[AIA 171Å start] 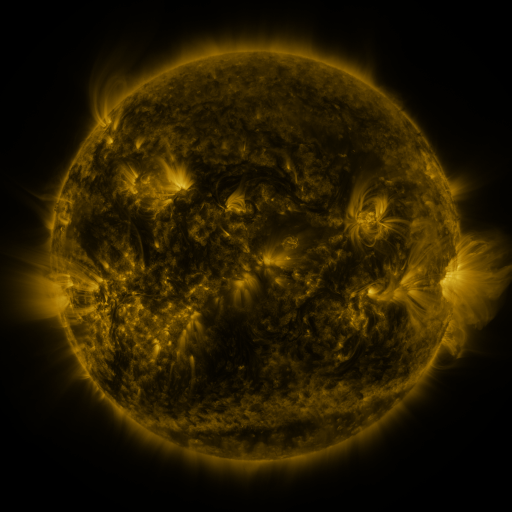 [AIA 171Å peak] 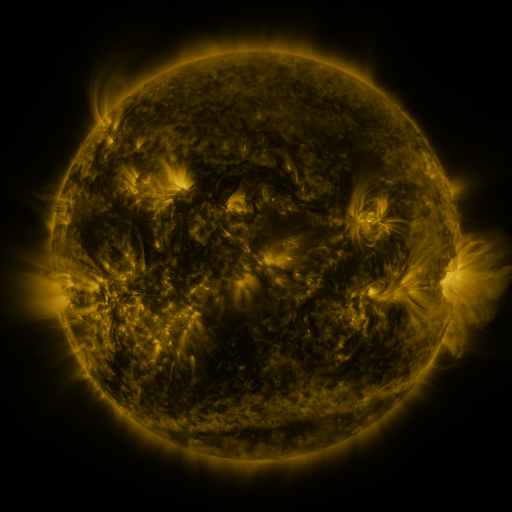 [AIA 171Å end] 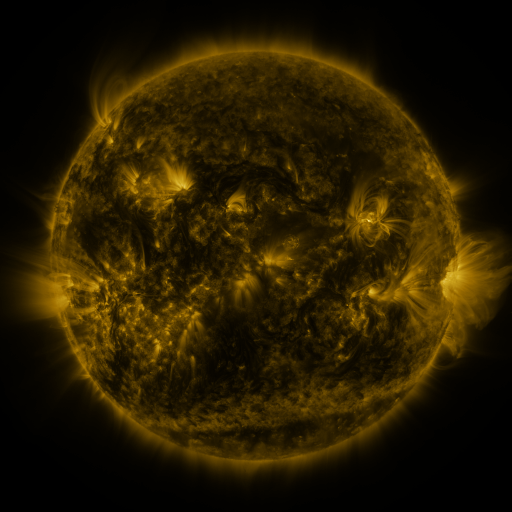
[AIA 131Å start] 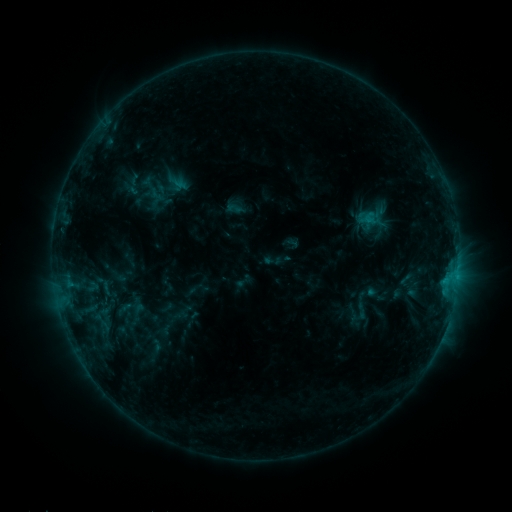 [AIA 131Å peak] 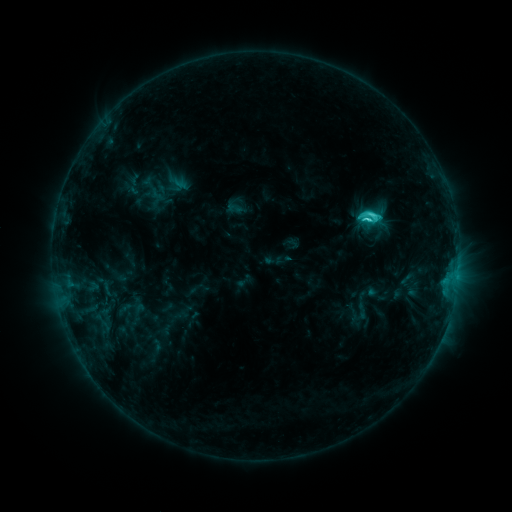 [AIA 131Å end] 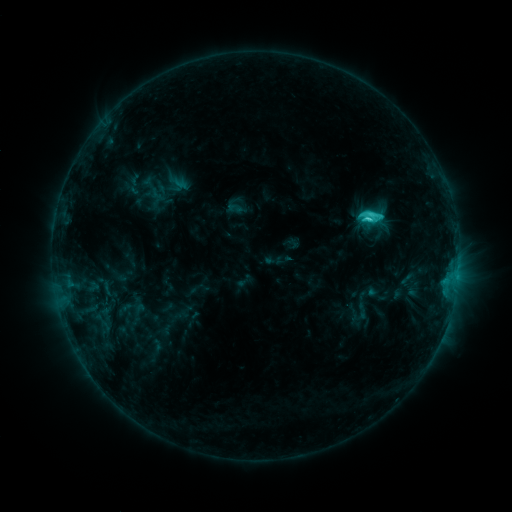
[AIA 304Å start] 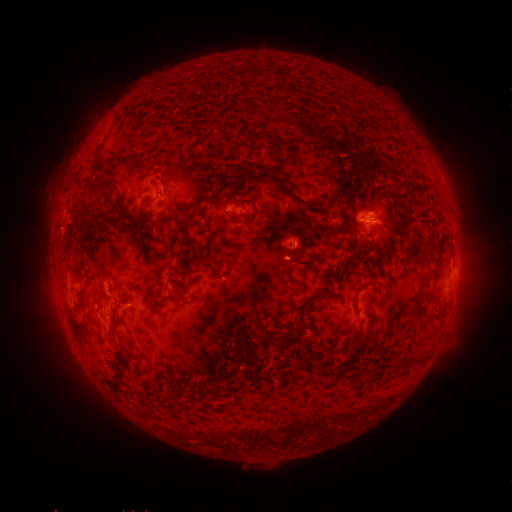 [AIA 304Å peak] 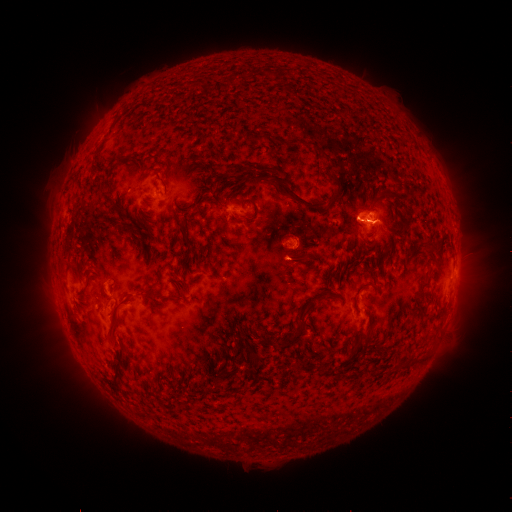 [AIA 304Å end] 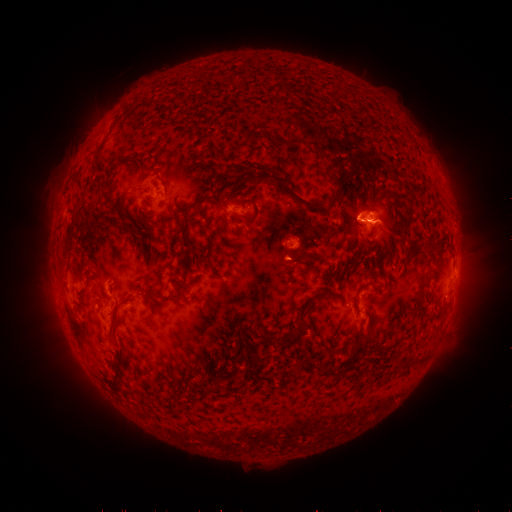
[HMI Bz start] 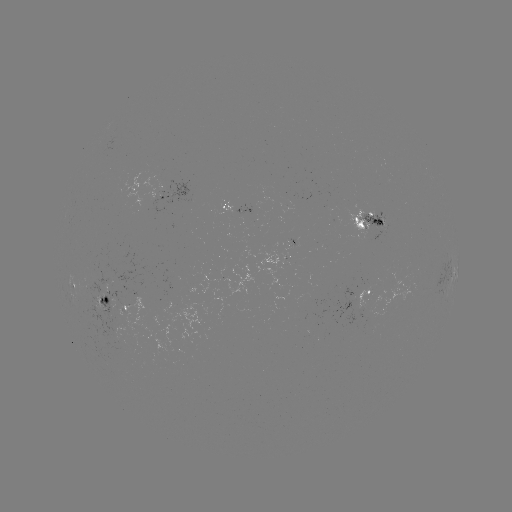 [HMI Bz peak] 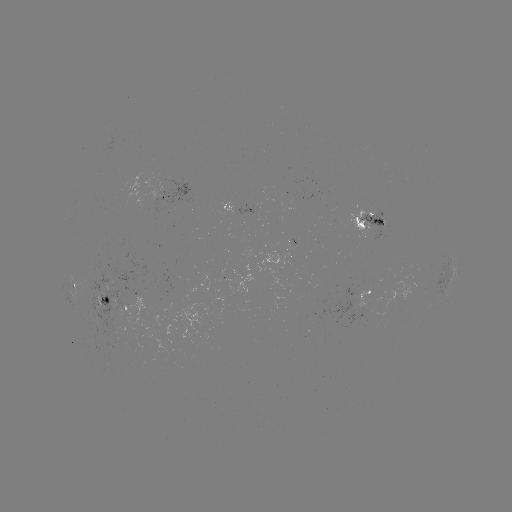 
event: flare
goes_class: C3.3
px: (366, 222)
